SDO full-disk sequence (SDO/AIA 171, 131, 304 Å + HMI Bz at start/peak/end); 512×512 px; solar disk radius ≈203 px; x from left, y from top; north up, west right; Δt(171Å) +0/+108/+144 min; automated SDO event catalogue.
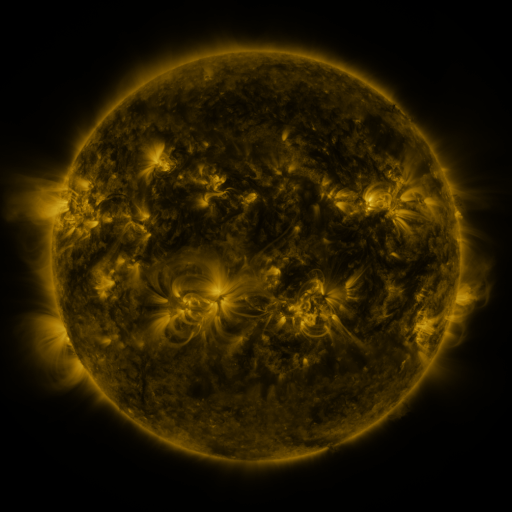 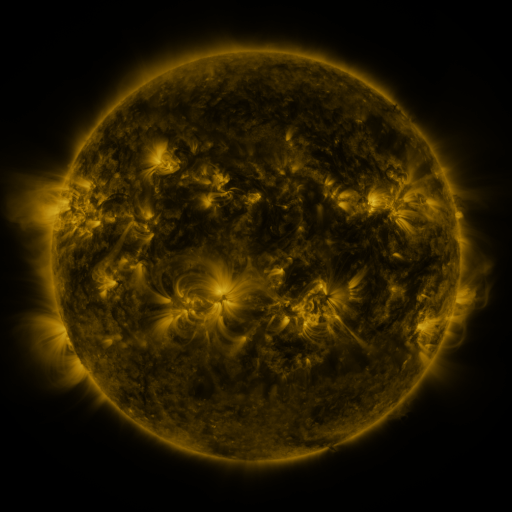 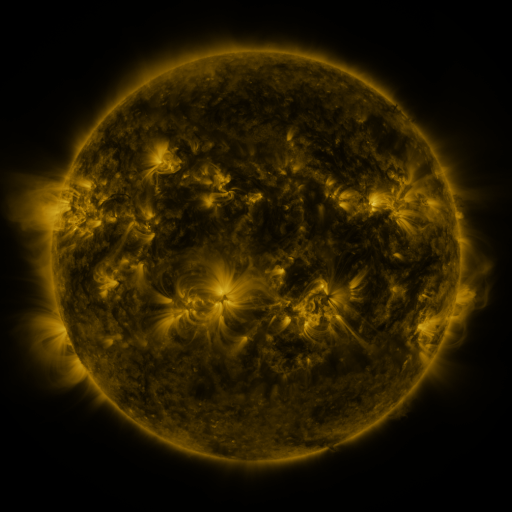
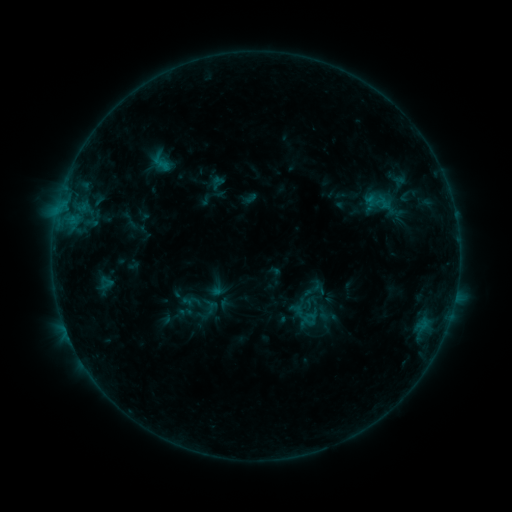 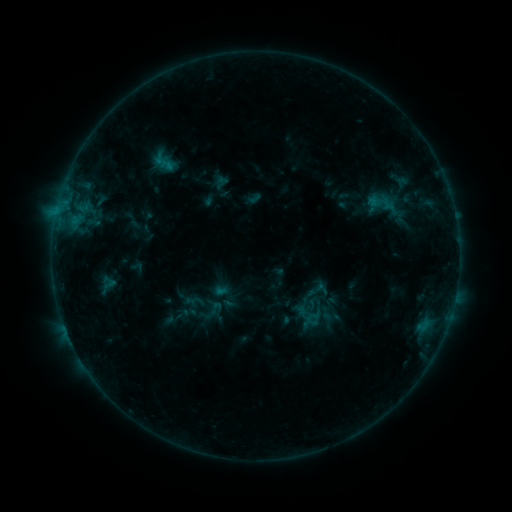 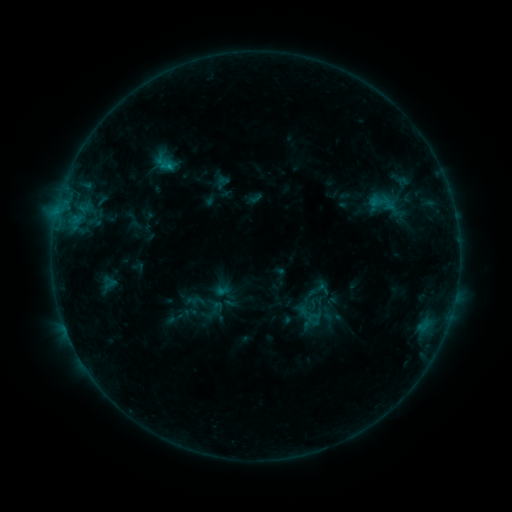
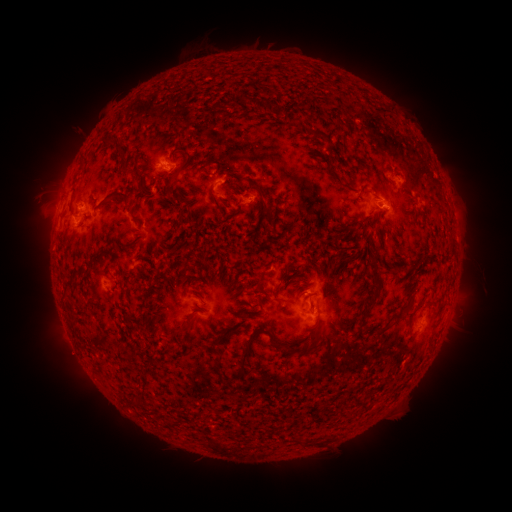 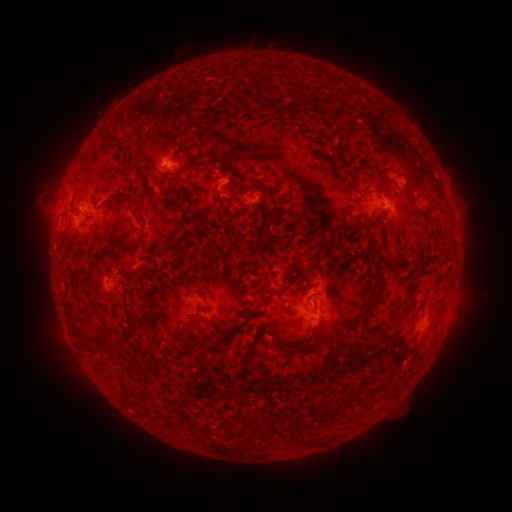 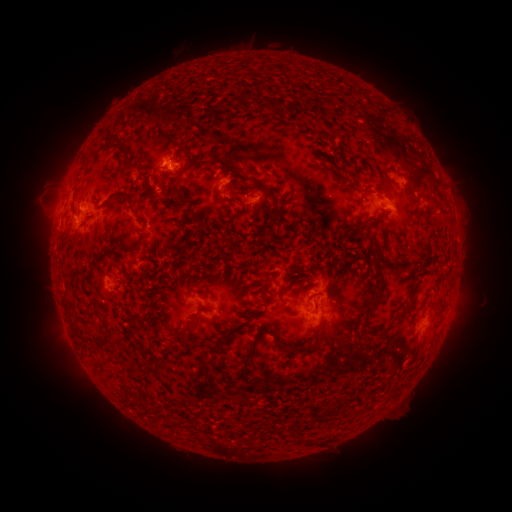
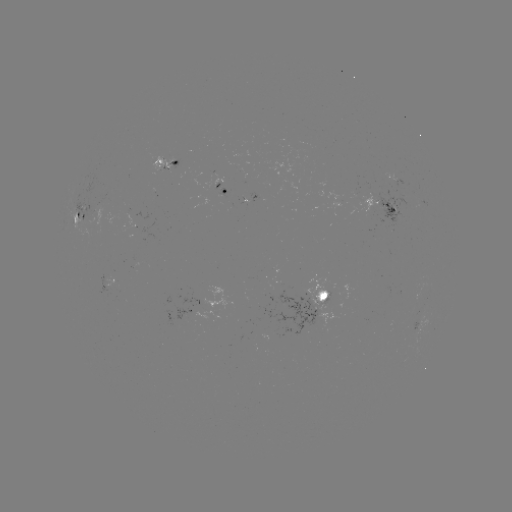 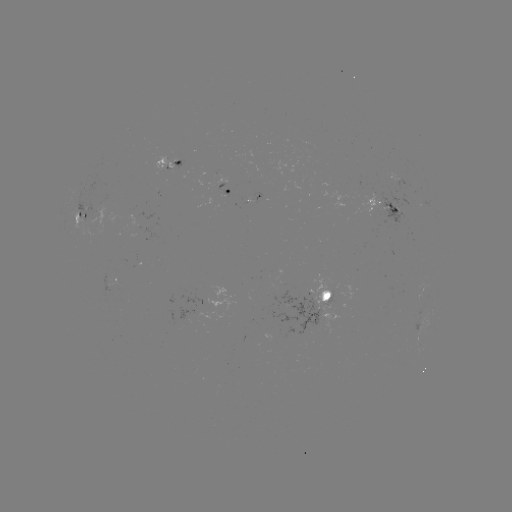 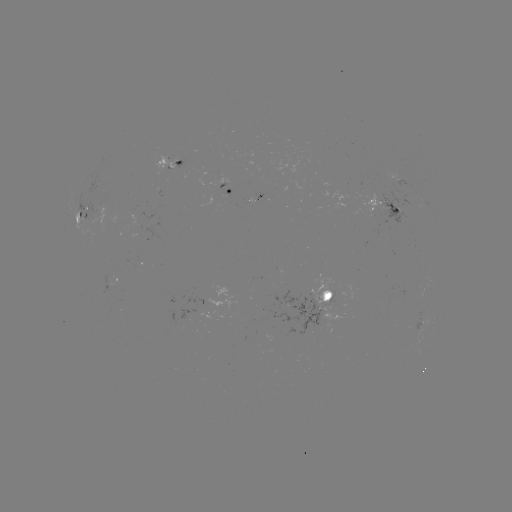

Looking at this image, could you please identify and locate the emerging-flux region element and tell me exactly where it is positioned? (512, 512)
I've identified emerging-flux region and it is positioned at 366,195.